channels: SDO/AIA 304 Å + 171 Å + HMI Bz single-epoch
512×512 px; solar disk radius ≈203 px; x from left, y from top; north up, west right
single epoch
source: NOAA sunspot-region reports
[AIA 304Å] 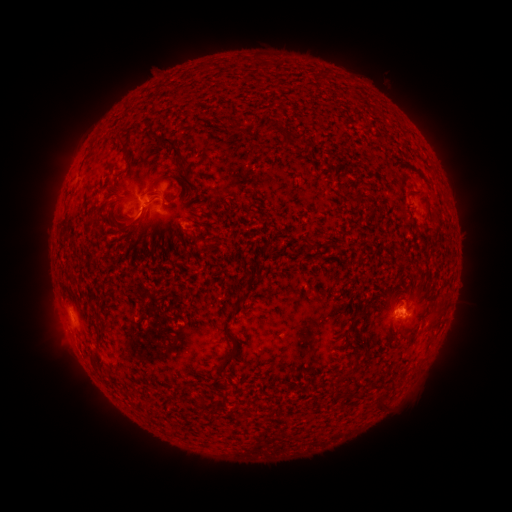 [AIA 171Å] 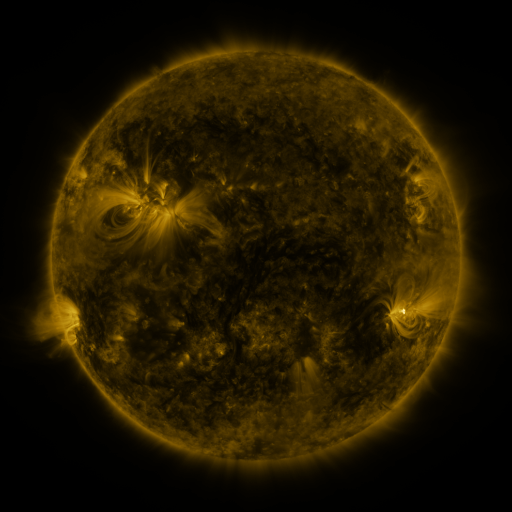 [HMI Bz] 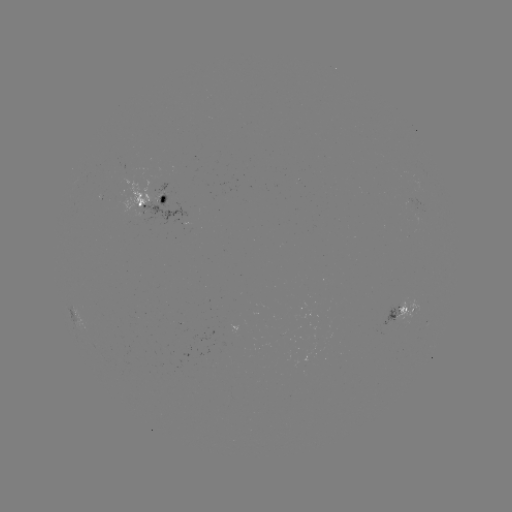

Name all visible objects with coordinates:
spotted active region: (149, 200)
spotted active region: (75, 307)
spotted active region: (401, 315)
